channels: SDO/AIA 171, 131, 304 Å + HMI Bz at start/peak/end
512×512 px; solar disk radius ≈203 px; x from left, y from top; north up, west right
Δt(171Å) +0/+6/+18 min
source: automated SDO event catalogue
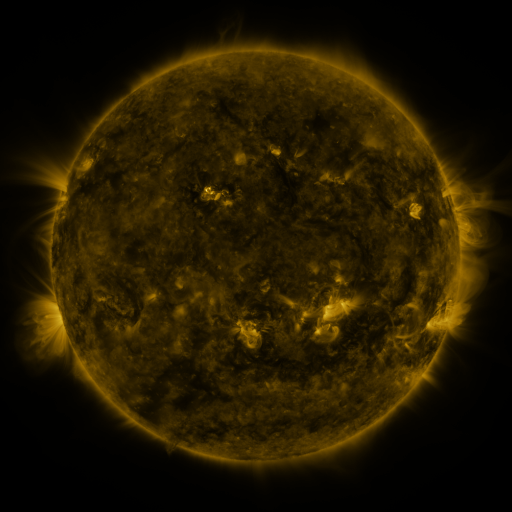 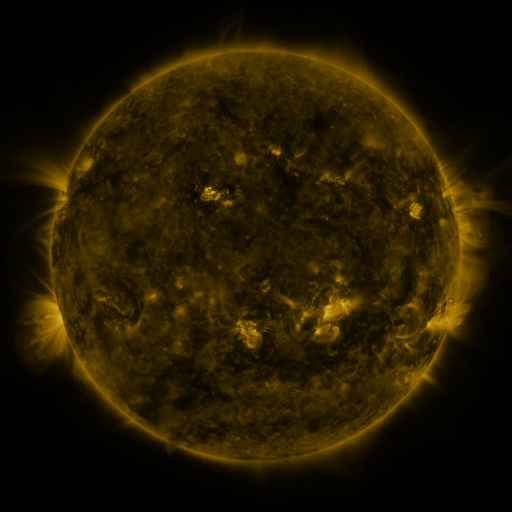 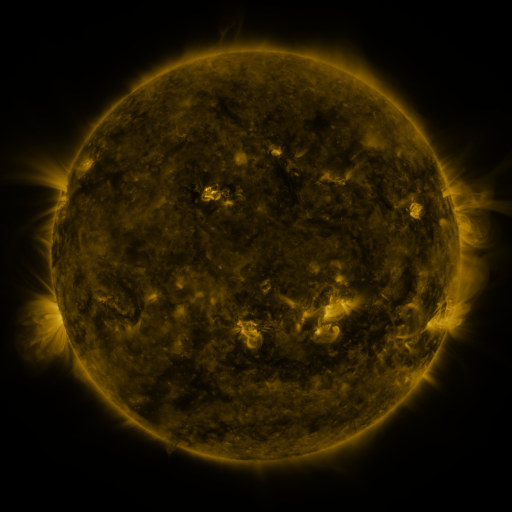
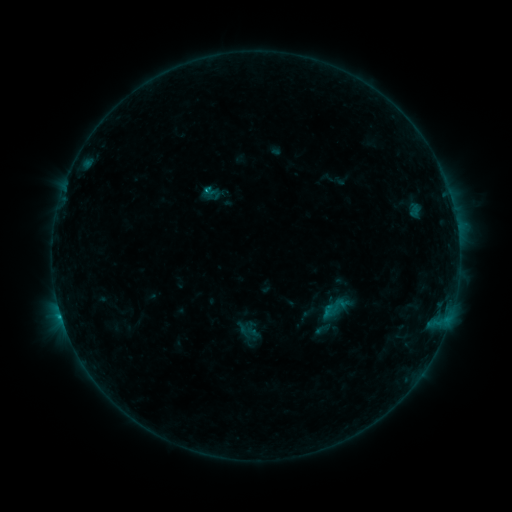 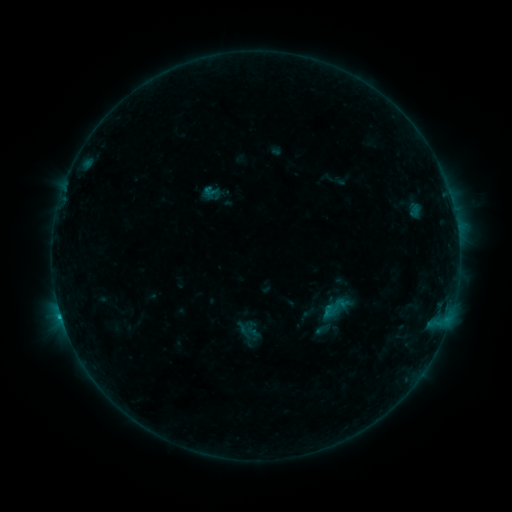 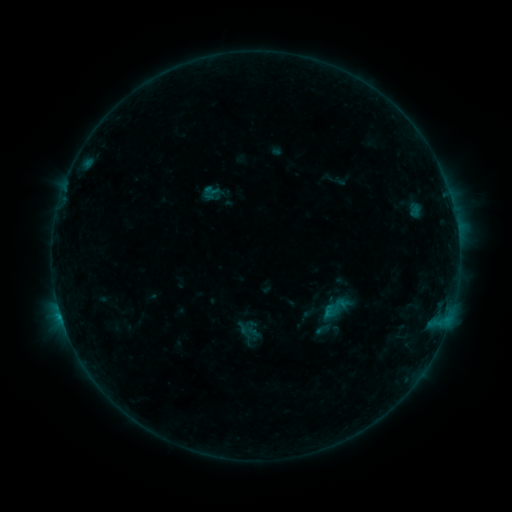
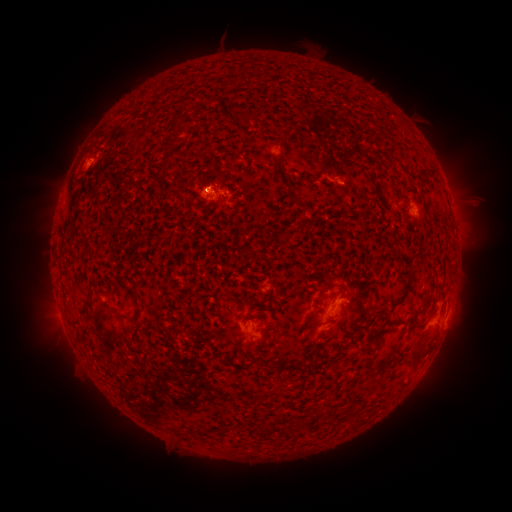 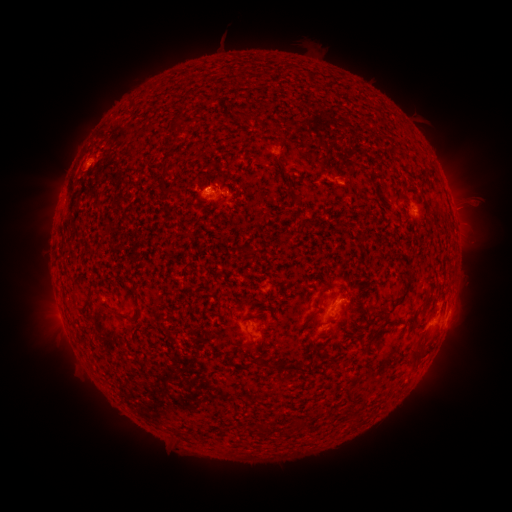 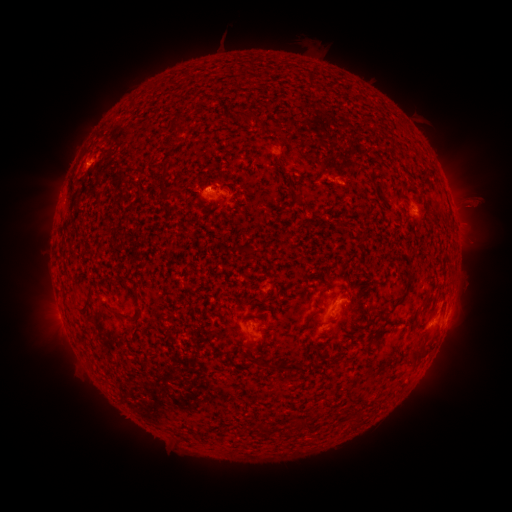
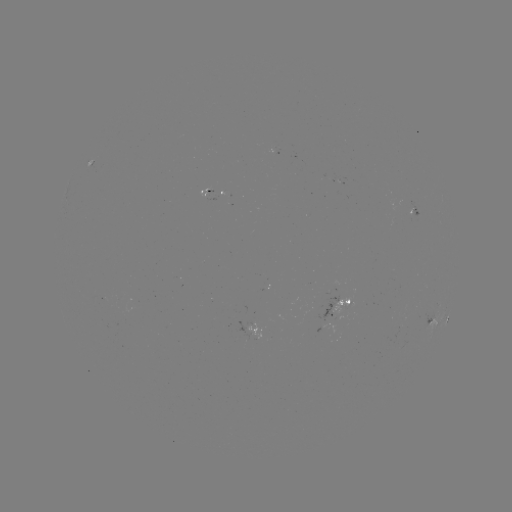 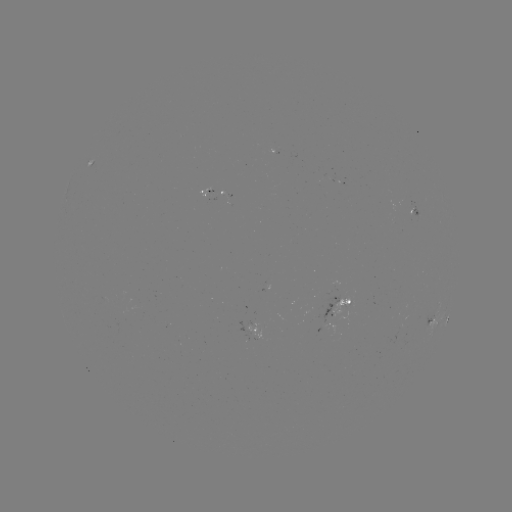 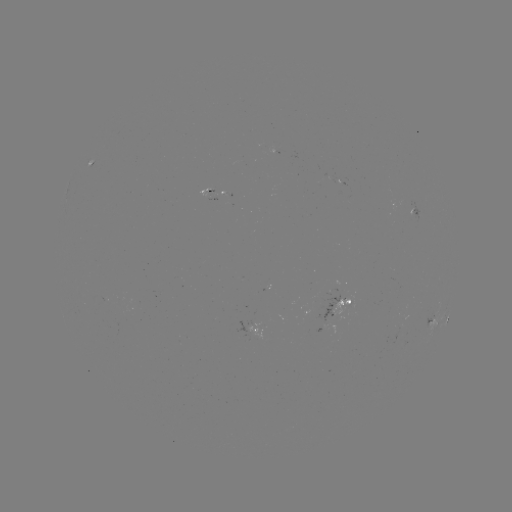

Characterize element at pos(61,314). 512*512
B6.9 flare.